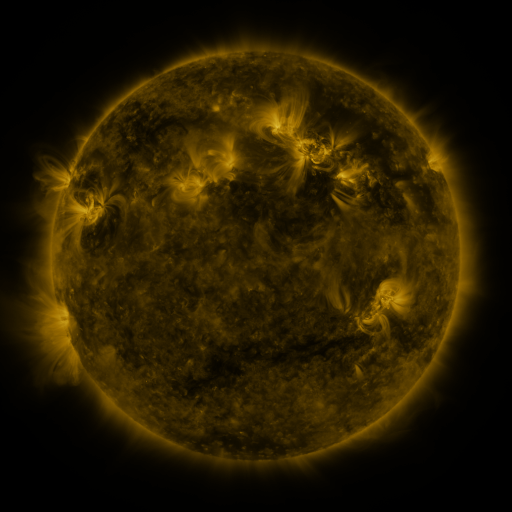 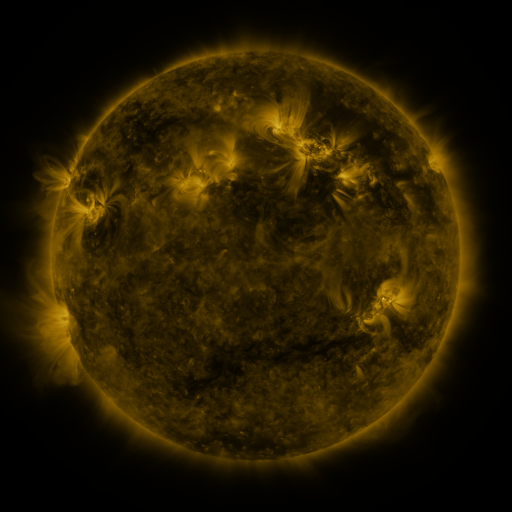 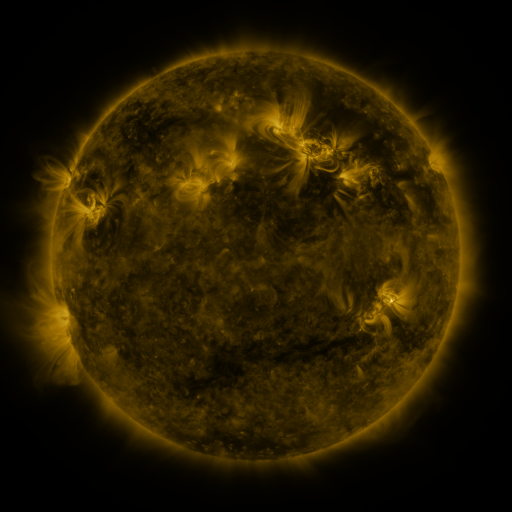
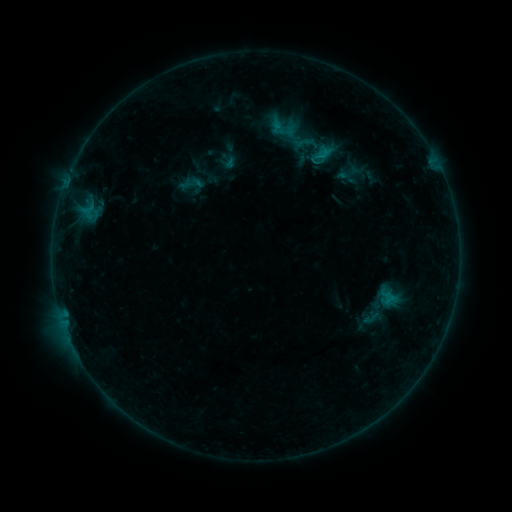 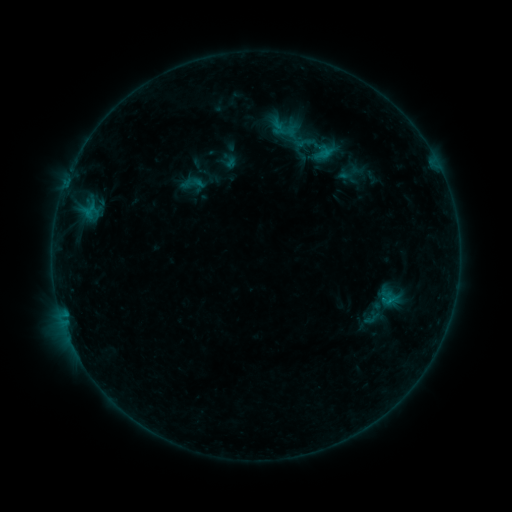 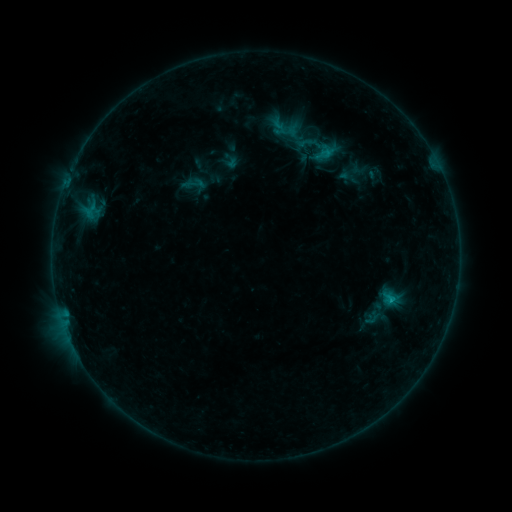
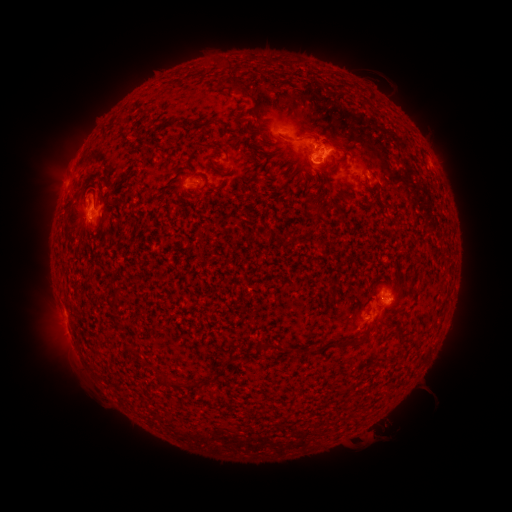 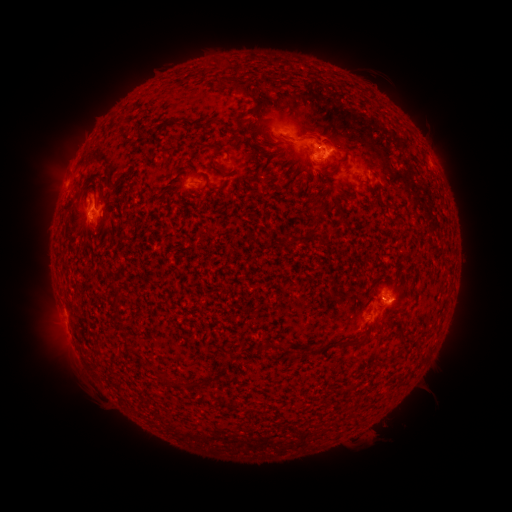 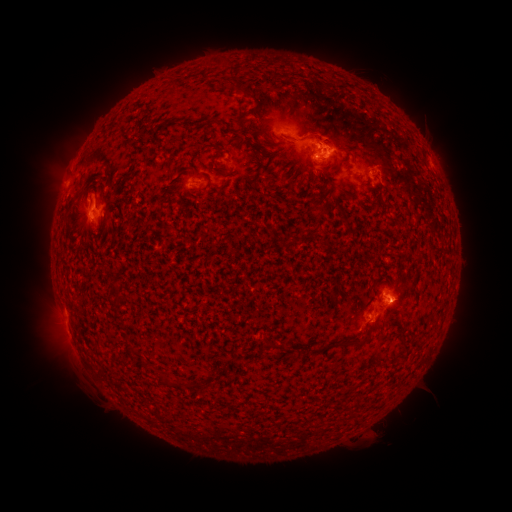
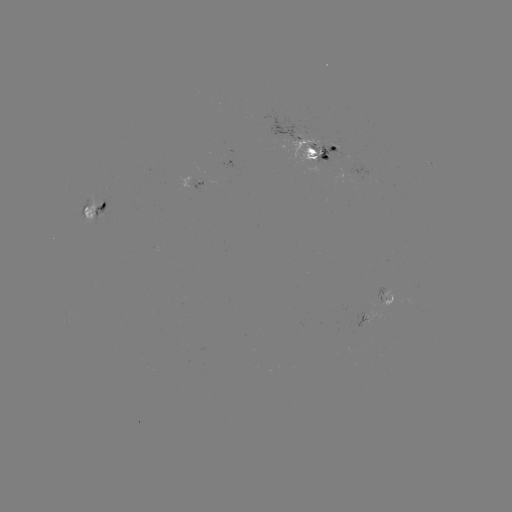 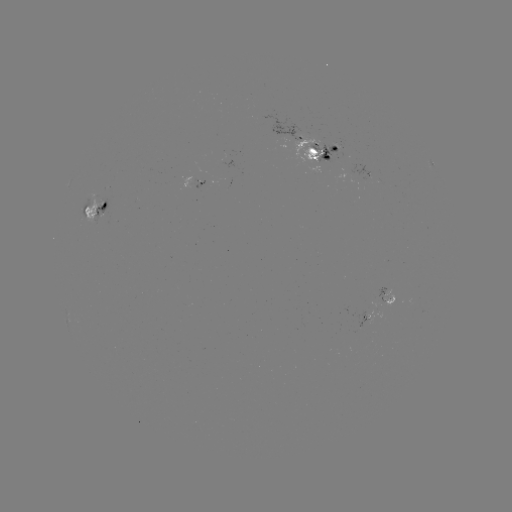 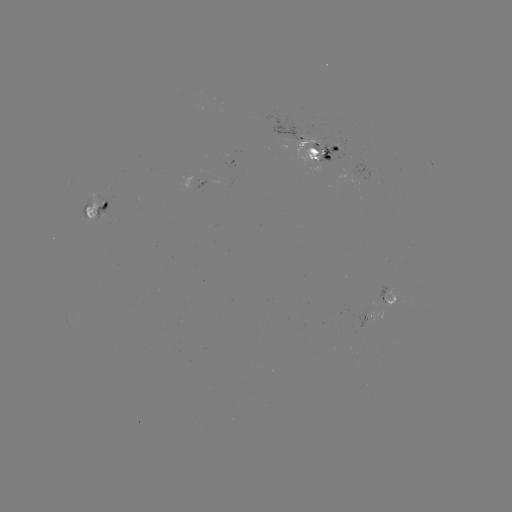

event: emerging-flux region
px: (385, 293)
